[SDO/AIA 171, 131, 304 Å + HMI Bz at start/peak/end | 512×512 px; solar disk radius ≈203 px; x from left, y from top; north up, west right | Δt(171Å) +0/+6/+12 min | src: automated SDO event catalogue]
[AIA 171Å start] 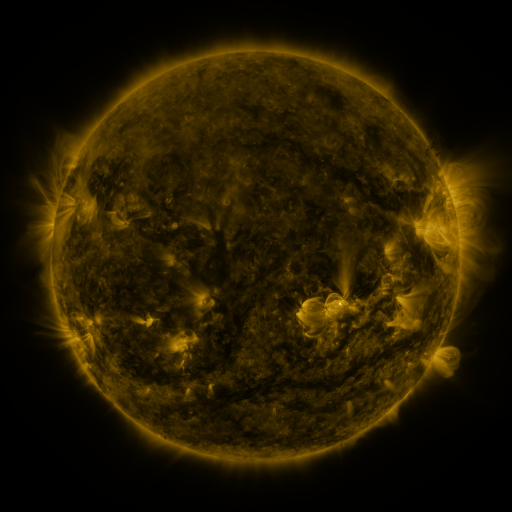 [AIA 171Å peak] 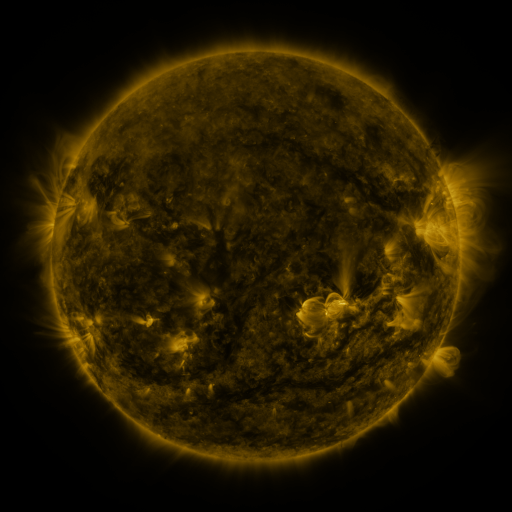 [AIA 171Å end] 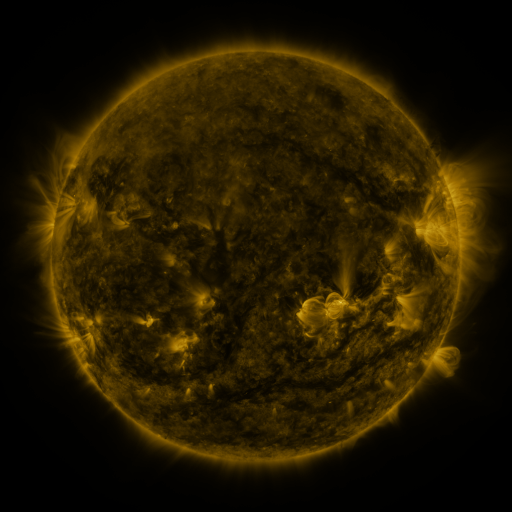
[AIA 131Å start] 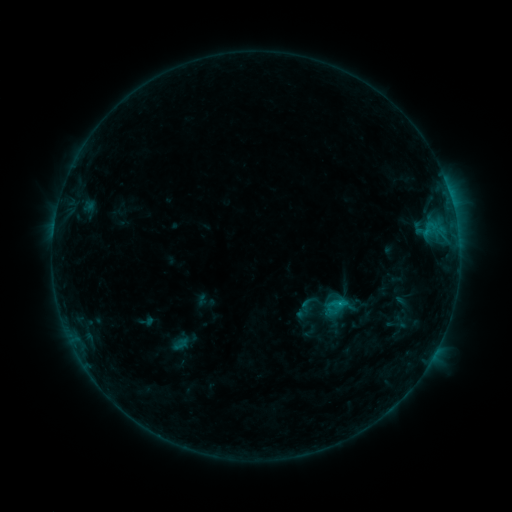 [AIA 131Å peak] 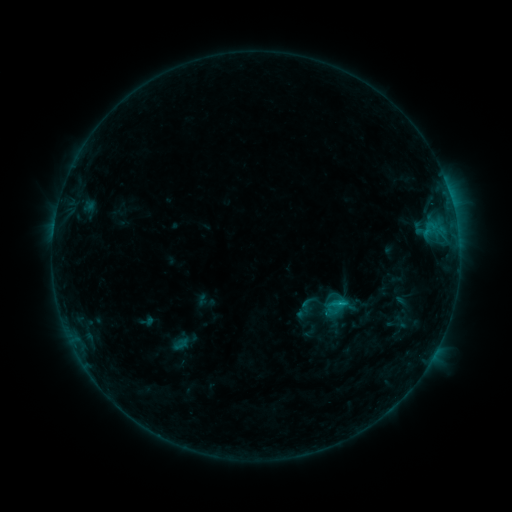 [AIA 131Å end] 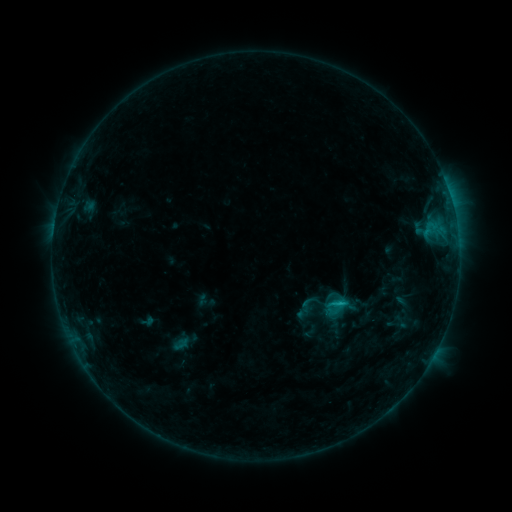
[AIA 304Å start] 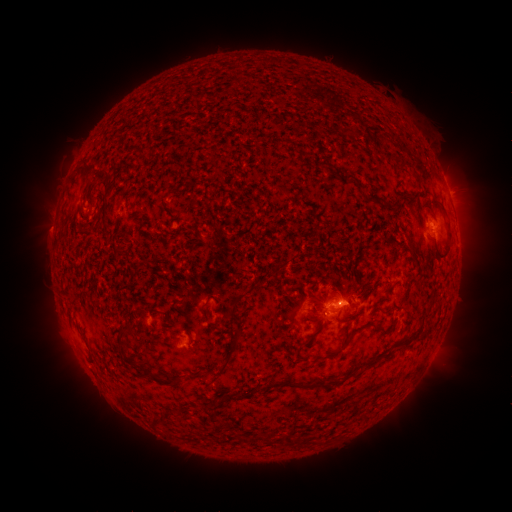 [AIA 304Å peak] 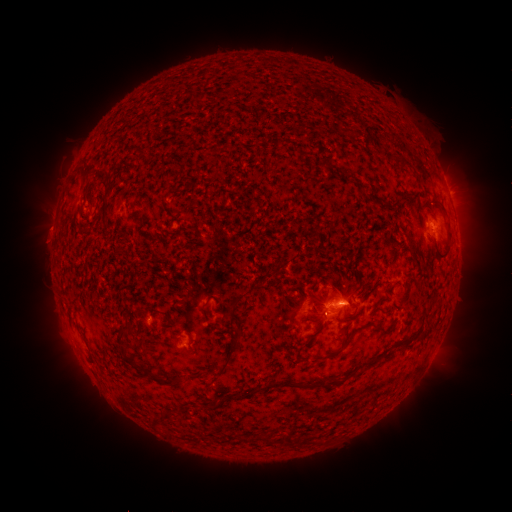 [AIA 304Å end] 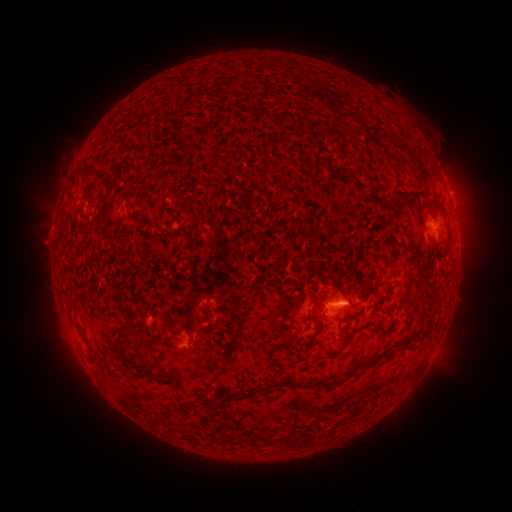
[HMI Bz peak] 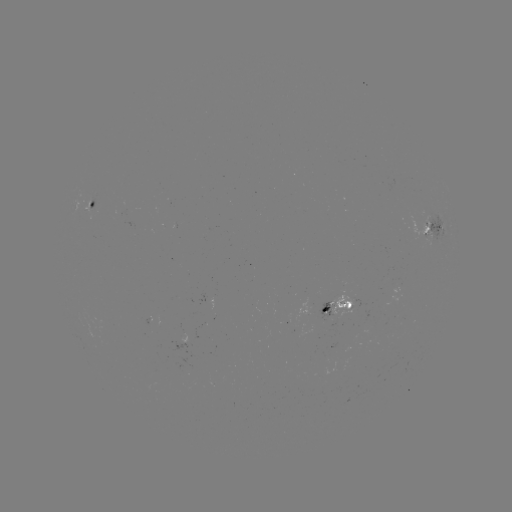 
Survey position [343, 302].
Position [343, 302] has B9.9 flare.